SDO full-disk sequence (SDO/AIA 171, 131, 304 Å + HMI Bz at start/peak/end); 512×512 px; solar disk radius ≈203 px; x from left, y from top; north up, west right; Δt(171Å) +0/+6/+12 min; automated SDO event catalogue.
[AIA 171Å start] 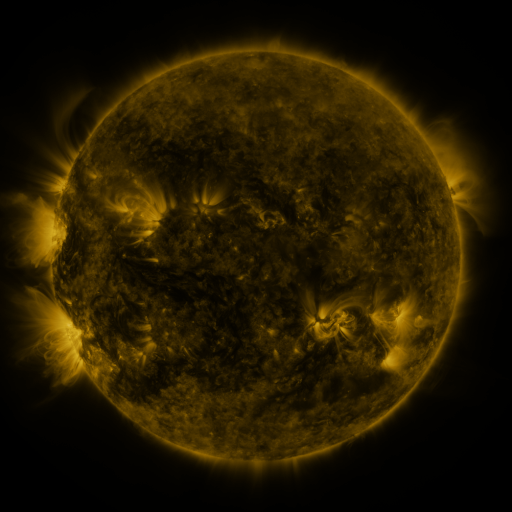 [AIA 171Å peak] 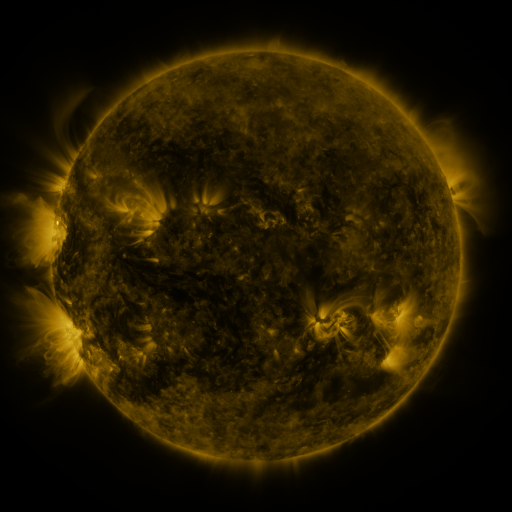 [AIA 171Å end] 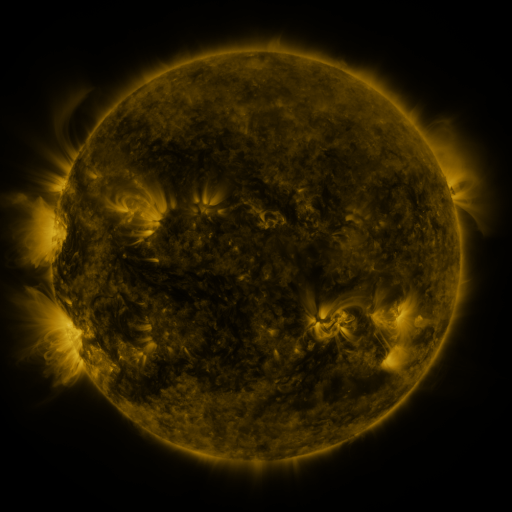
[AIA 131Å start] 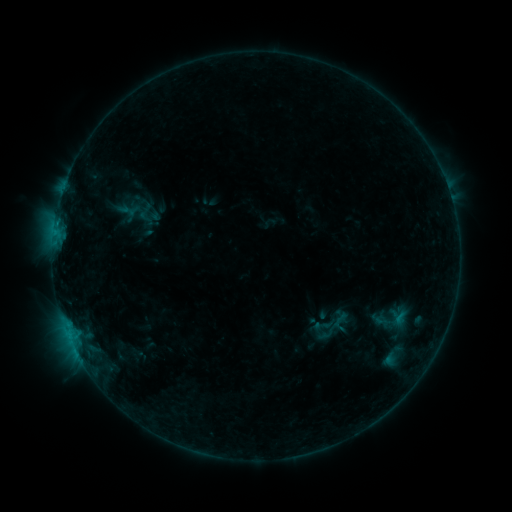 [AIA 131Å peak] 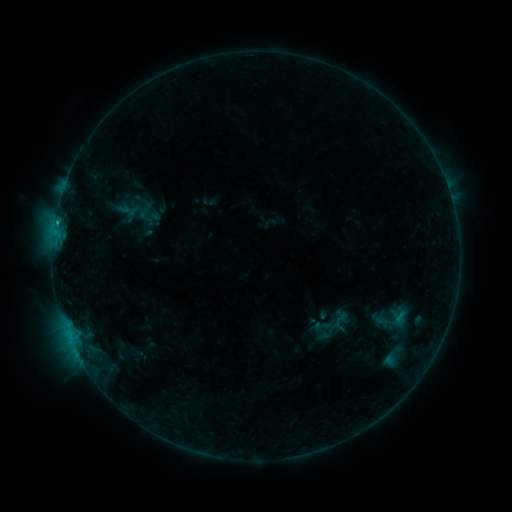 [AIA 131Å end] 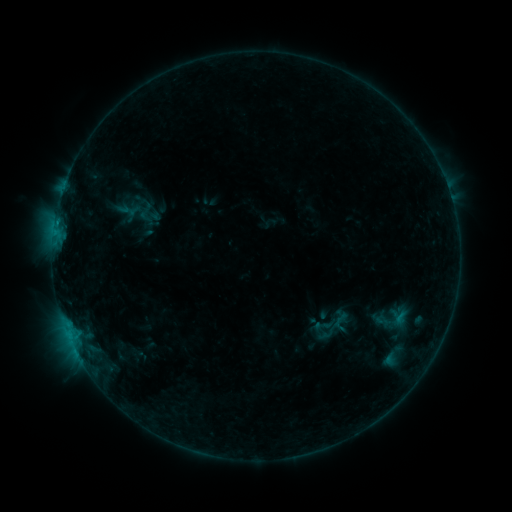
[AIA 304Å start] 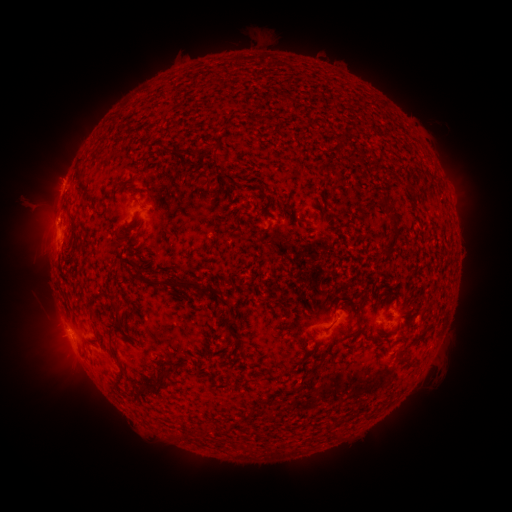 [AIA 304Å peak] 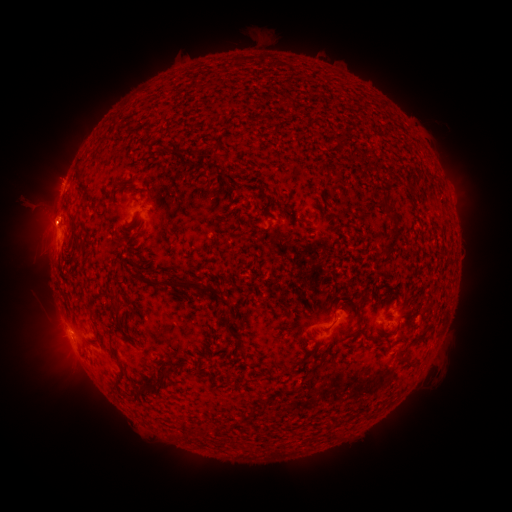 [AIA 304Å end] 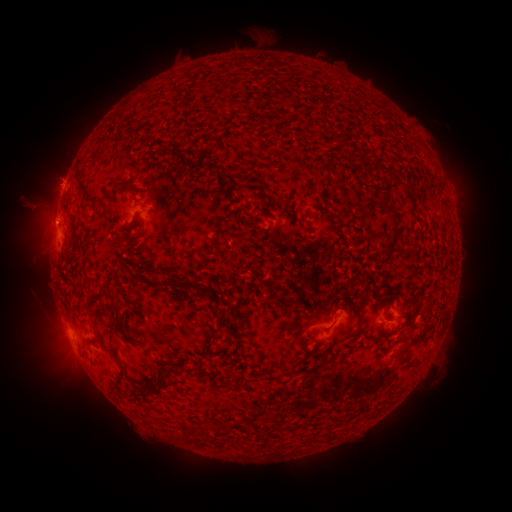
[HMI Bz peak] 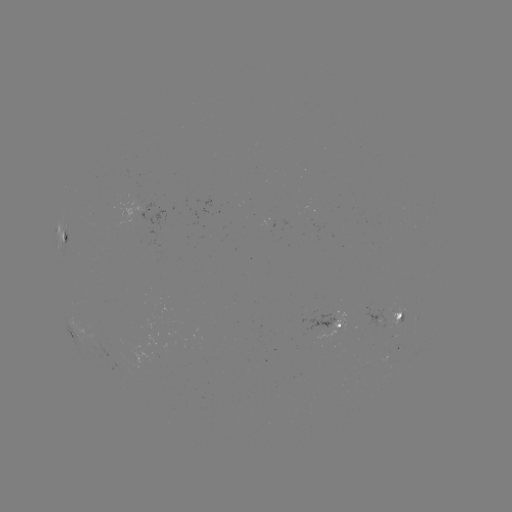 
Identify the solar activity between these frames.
B5.3 flare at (56, 223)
